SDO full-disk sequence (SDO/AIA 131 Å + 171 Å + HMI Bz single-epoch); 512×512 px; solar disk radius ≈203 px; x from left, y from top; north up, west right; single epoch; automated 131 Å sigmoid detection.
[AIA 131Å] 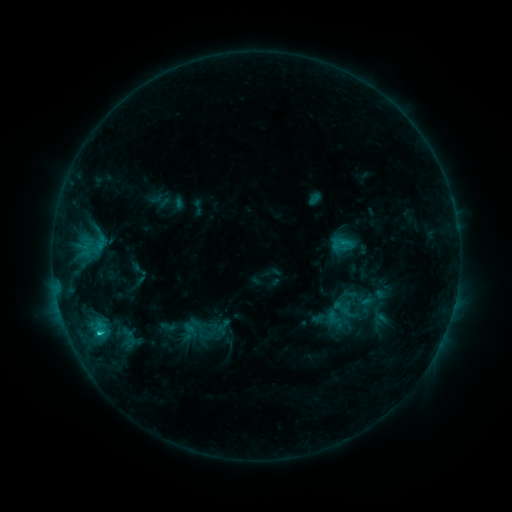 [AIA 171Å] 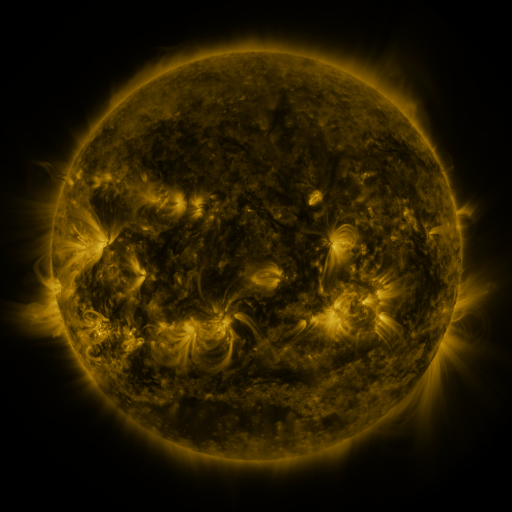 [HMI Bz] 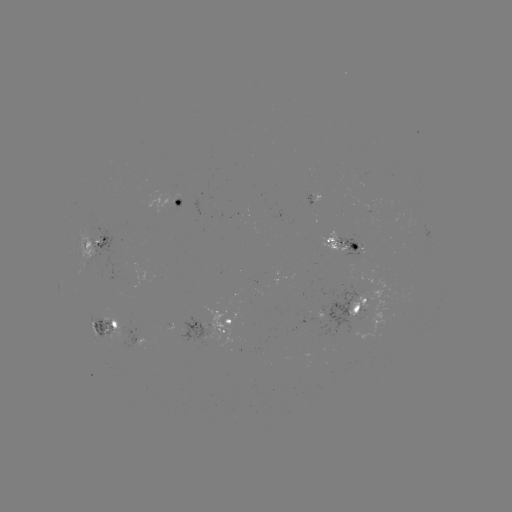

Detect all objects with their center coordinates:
sigmoid: (368, 305)
sigmoid: (333, 316)
